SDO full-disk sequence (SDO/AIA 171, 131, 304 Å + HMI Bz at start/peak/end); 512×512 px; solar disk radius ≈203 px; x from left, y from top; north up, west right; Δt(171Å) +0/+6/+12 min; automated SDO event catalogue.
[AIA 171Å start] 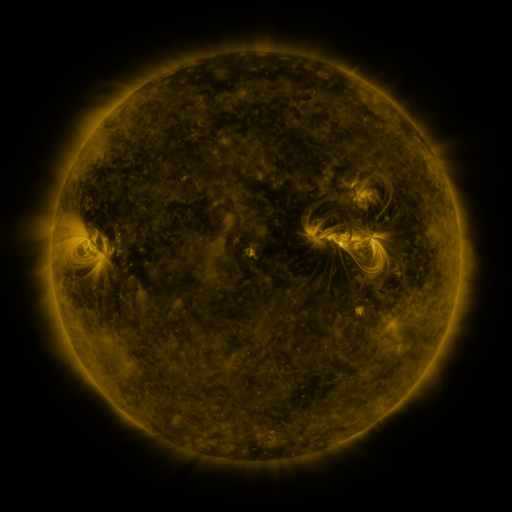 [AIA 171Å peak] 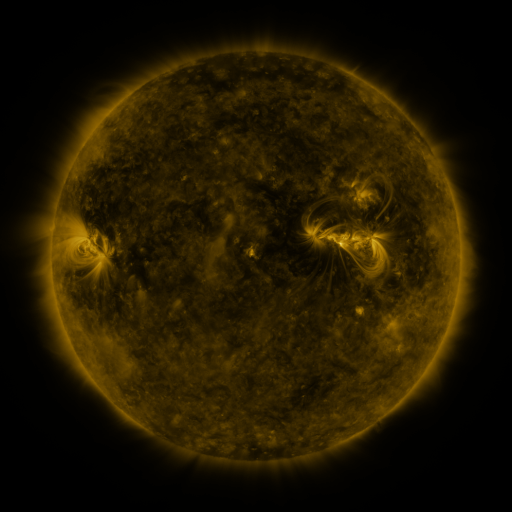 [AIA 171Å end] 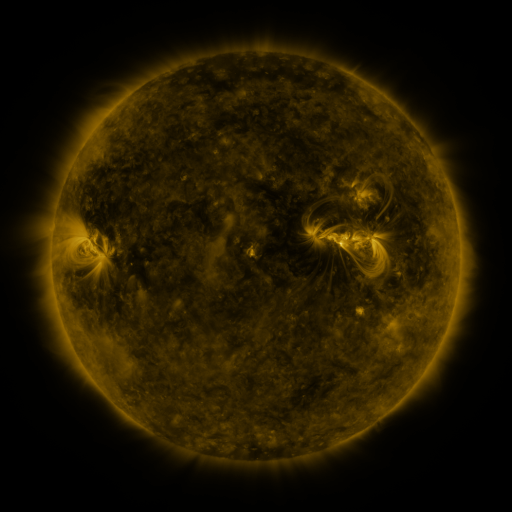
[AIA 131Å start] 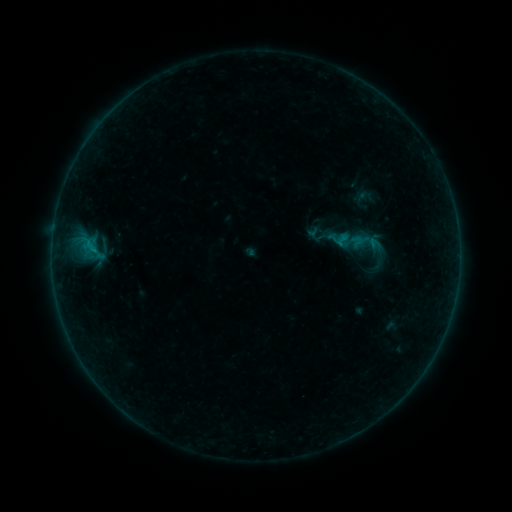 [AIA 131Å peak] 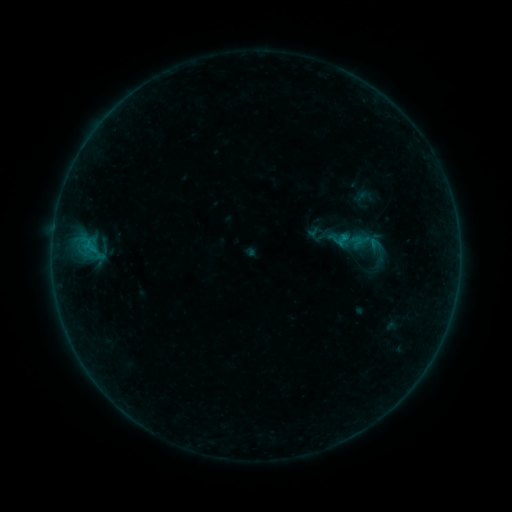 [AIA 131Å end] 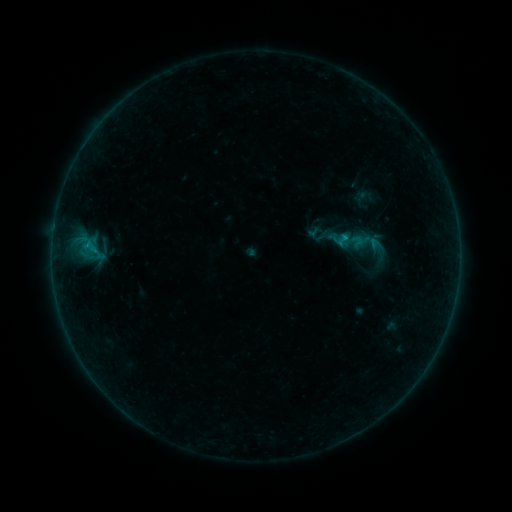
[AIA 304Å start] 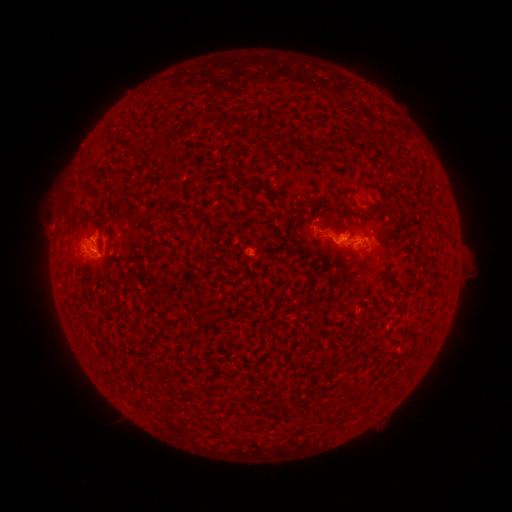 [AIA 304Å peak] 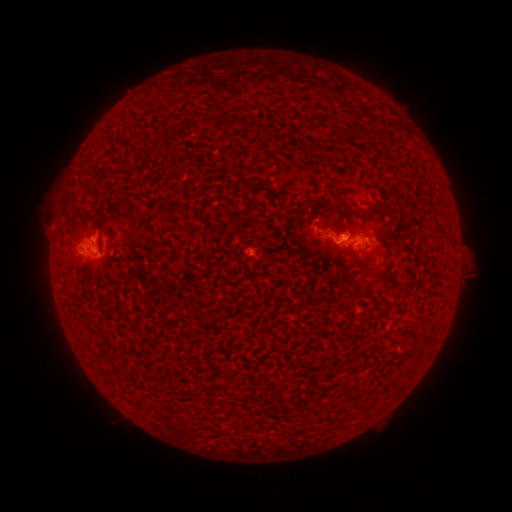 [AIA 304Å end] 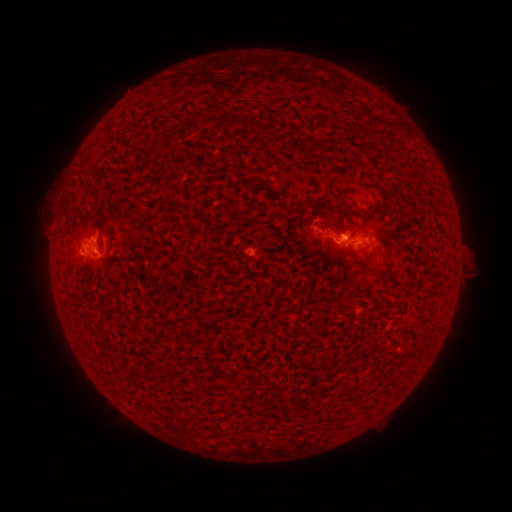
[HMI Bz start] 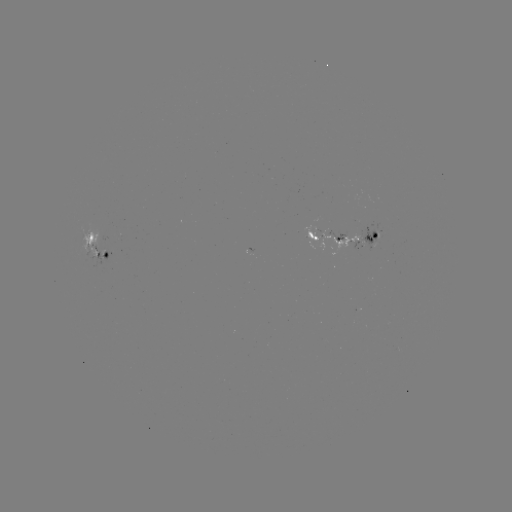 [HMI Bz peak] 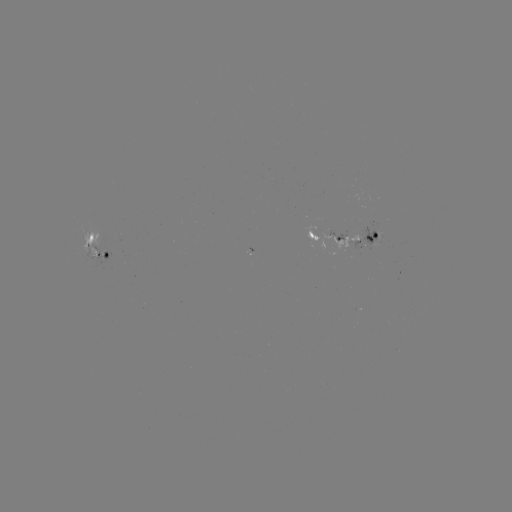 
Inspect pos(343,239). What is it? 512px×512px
B5.6 flare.